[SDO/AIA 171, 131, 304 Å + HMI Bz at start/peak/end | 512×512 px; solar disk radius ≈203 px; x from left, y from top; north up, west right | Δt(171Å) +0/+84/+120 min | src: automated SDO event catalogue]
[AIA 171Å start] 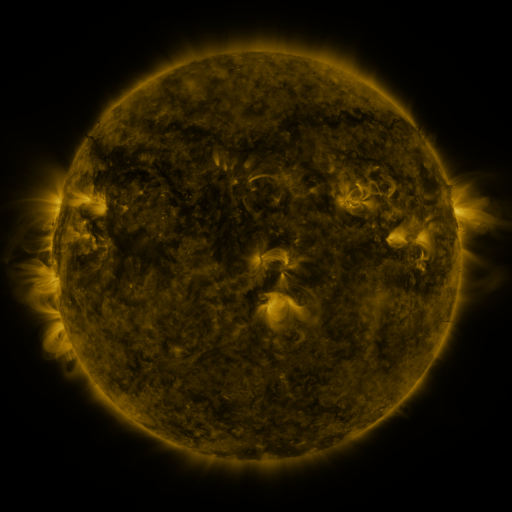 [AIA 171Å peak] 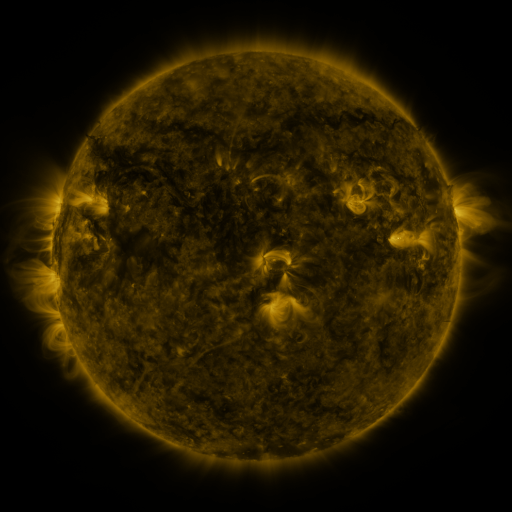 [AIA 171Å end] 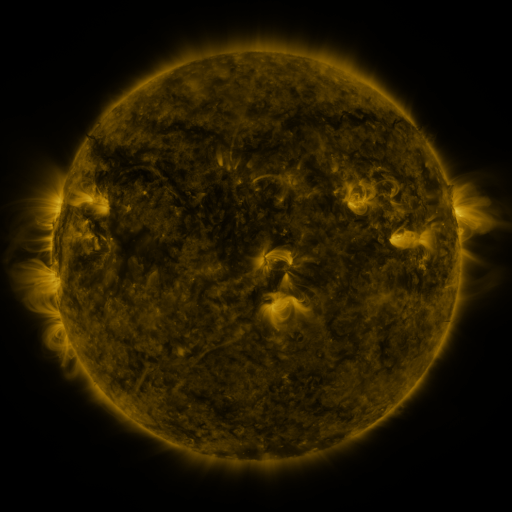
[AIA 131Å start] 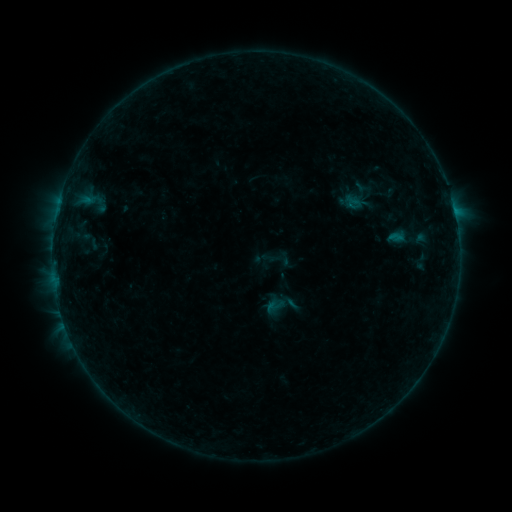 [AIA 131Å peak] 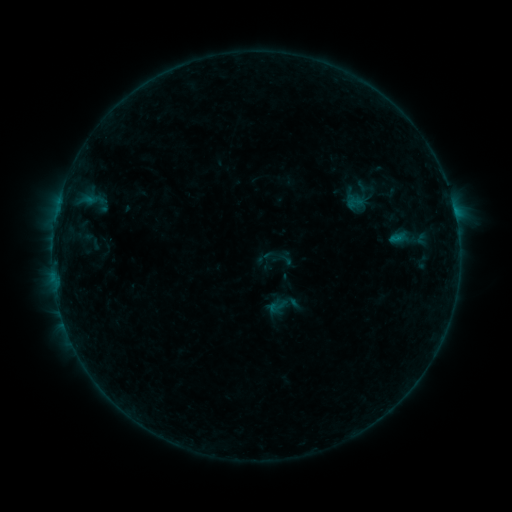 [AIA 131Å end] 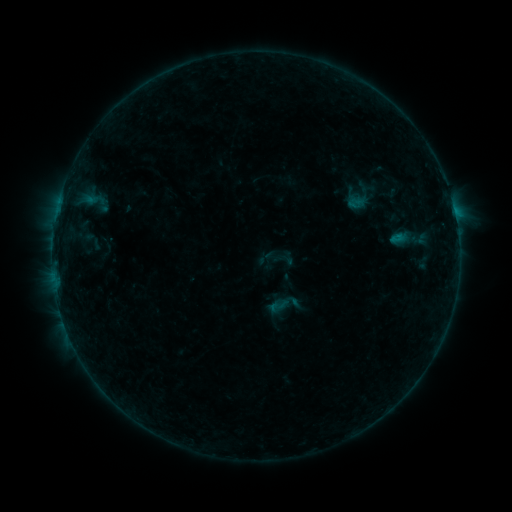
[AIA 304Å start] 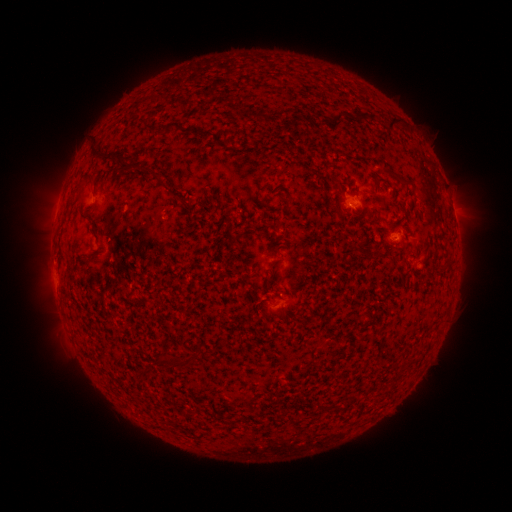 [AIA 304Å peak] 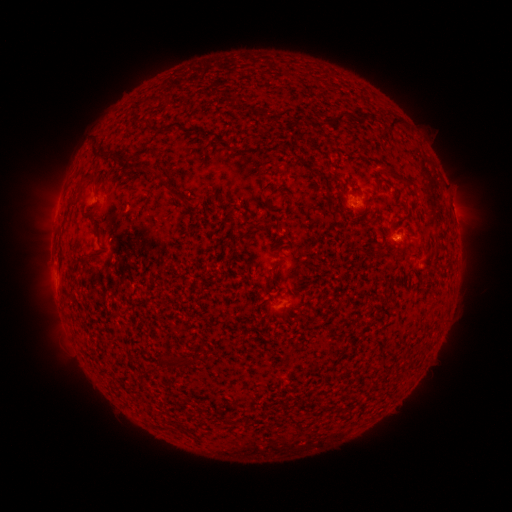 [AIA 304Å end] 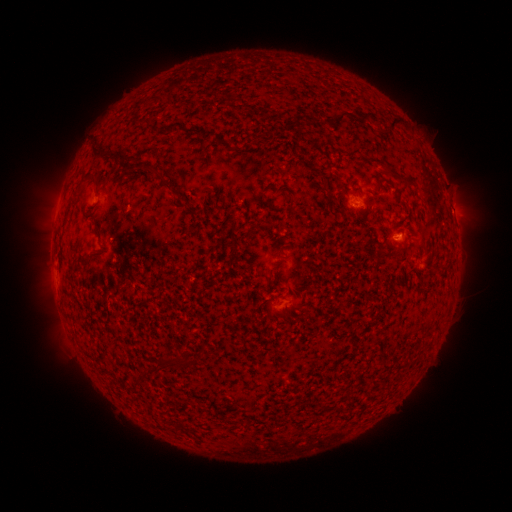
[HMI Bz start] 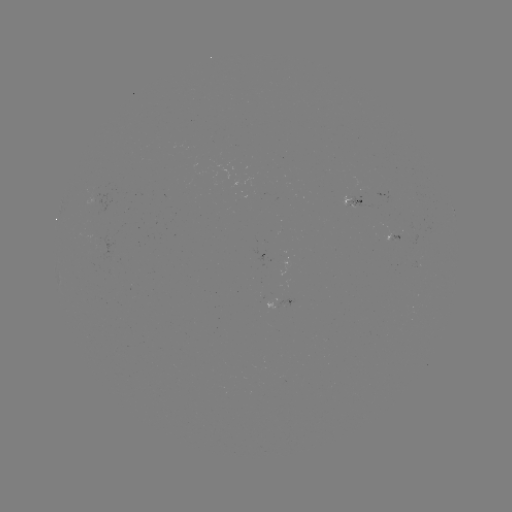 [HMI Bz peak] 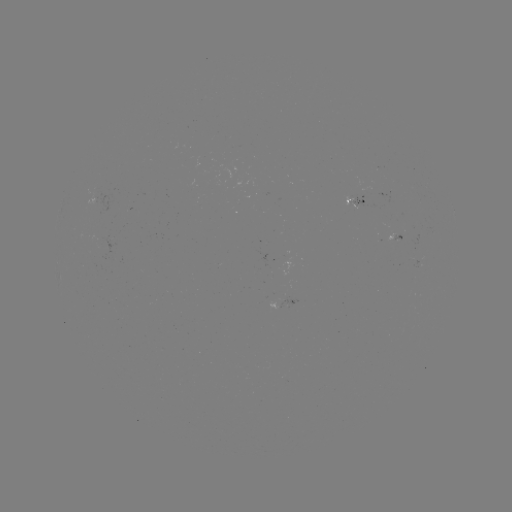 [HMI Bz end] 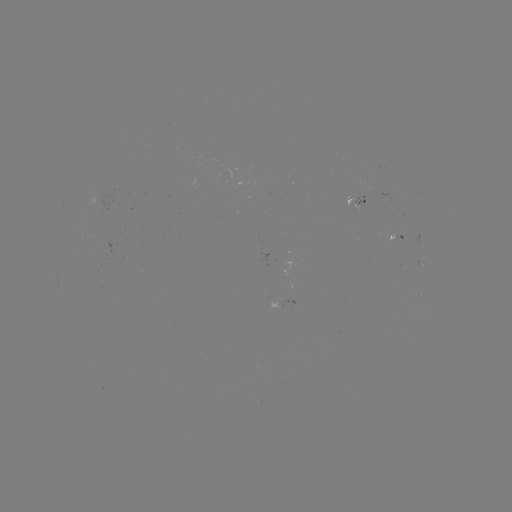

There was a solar emerging-flux region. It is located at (94, 199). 